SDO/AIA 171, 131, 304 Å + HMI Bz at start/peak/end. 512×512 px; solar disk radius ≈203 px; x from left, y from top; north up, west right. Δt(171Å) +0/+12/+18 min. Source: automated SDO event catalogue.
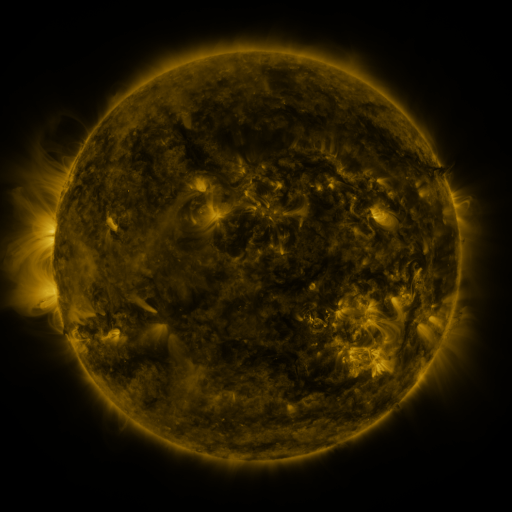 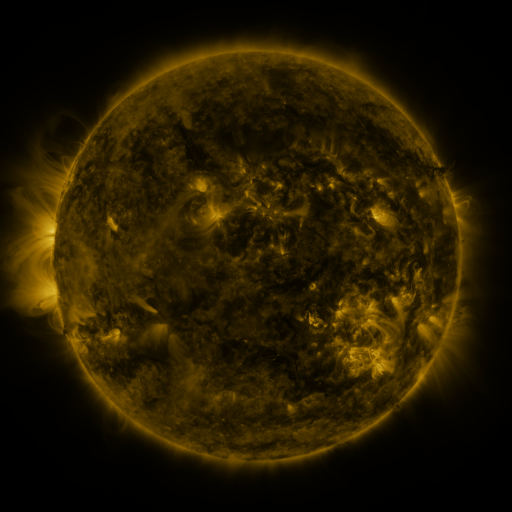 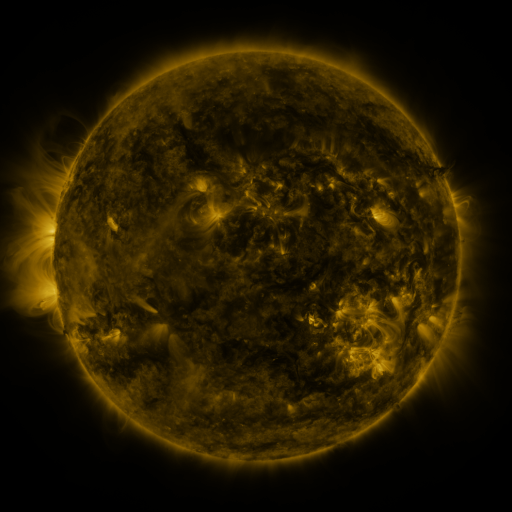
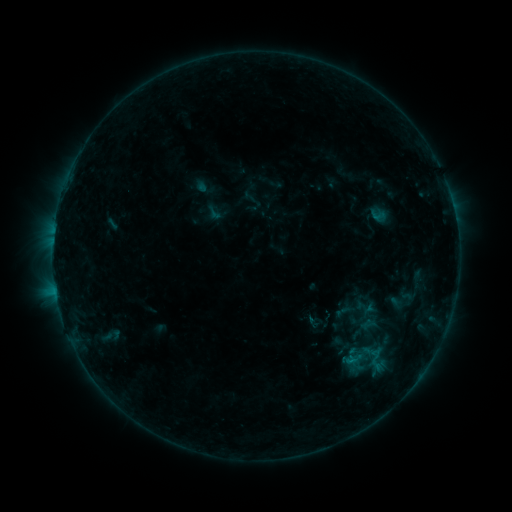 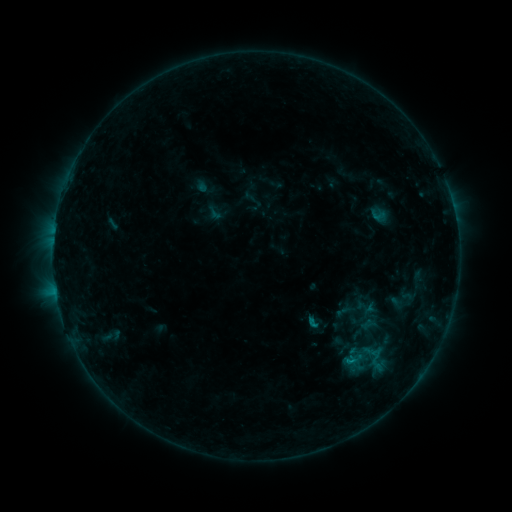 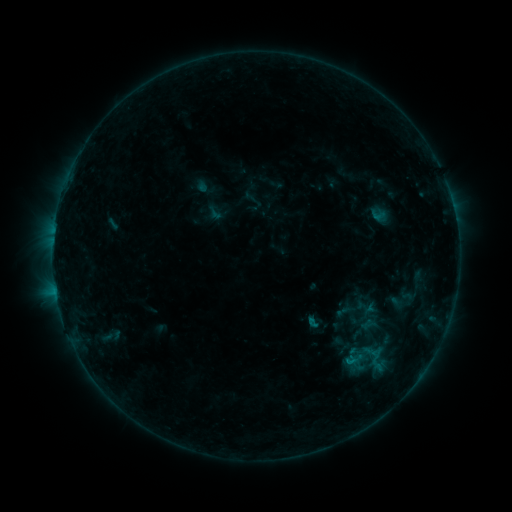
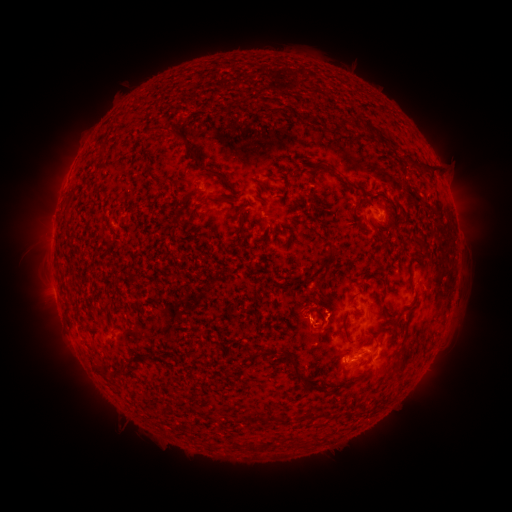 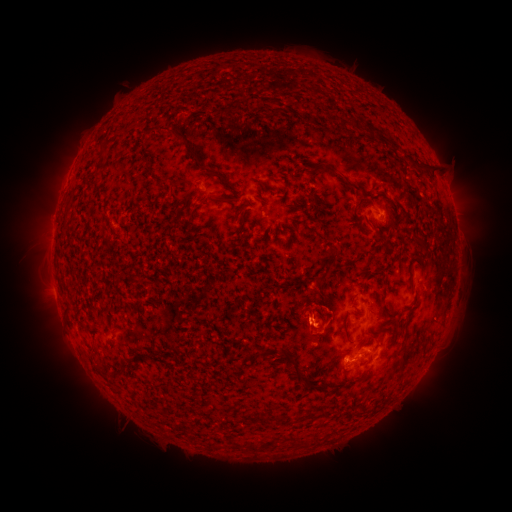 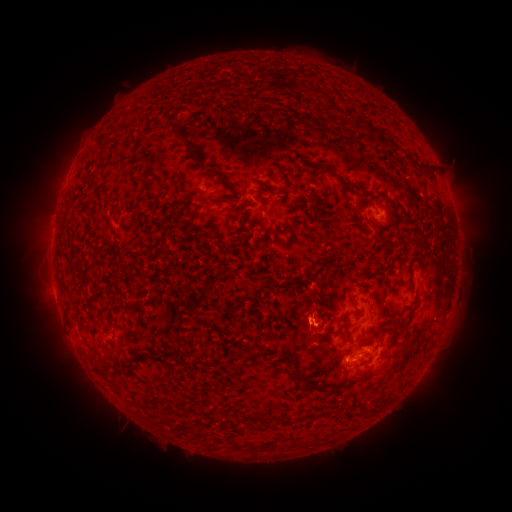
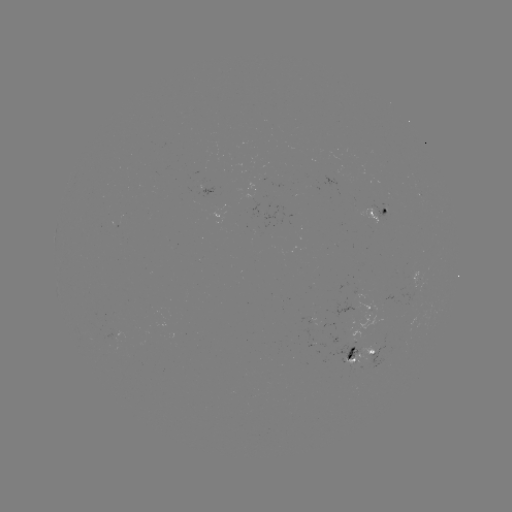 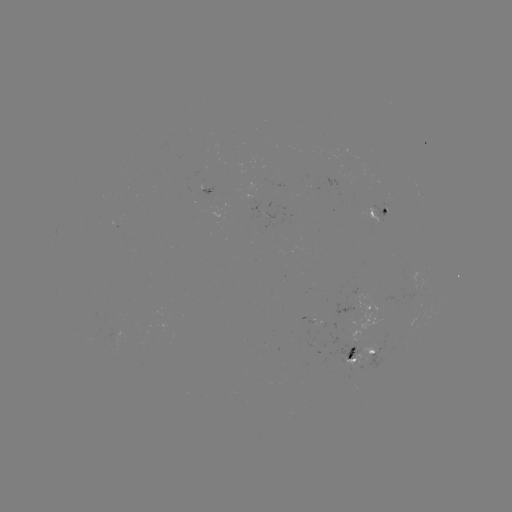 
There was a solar flare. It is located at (312, 321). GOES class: B5.7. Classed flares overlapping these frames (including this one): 1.